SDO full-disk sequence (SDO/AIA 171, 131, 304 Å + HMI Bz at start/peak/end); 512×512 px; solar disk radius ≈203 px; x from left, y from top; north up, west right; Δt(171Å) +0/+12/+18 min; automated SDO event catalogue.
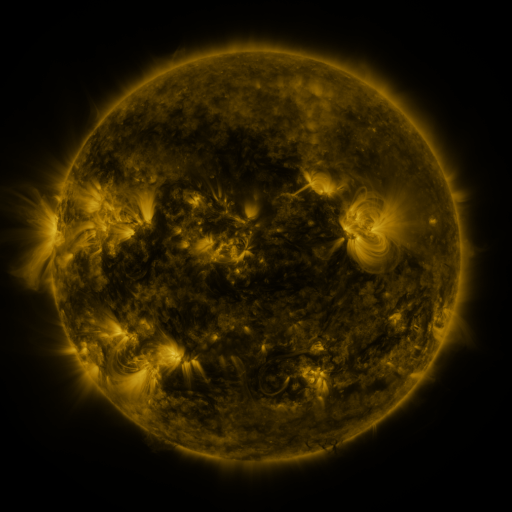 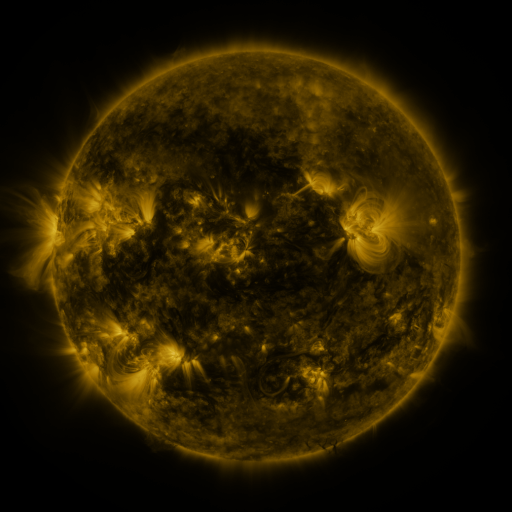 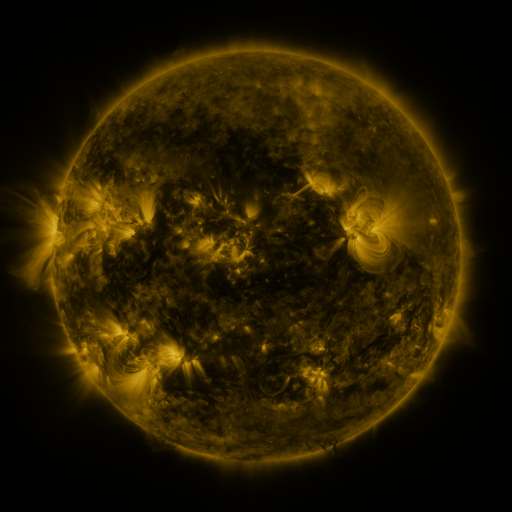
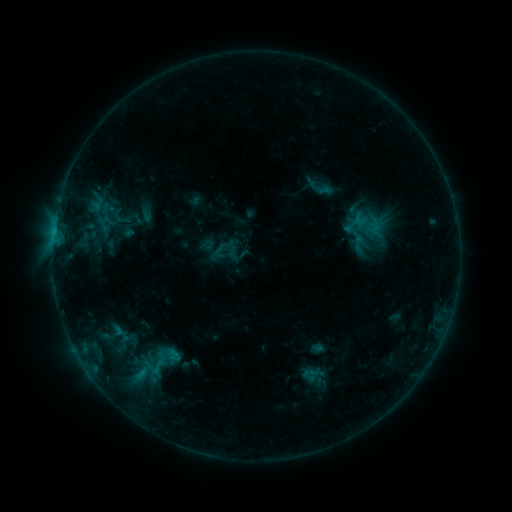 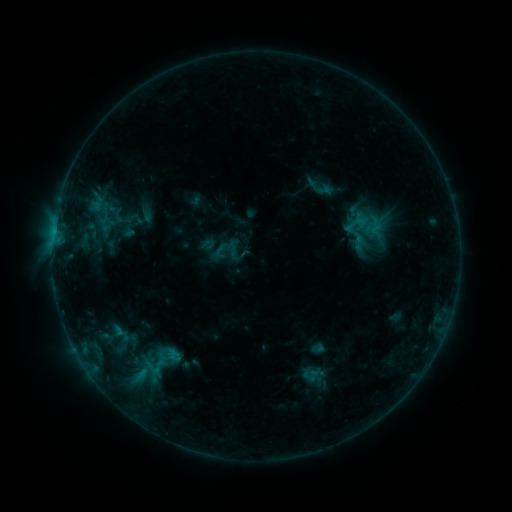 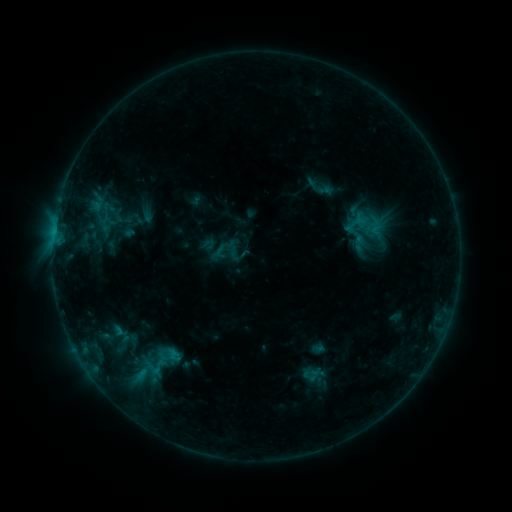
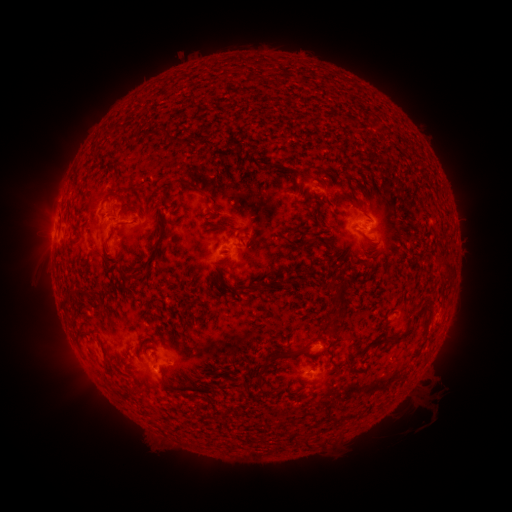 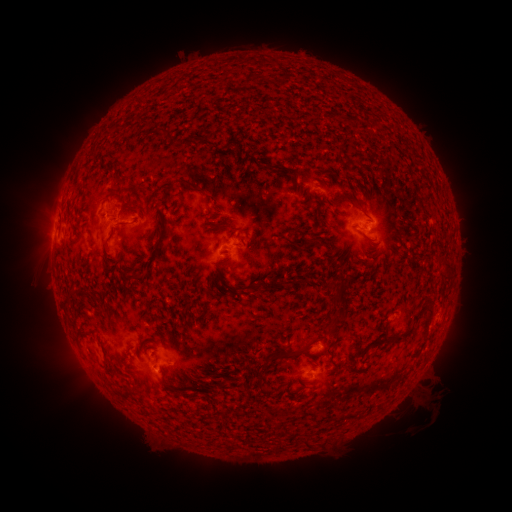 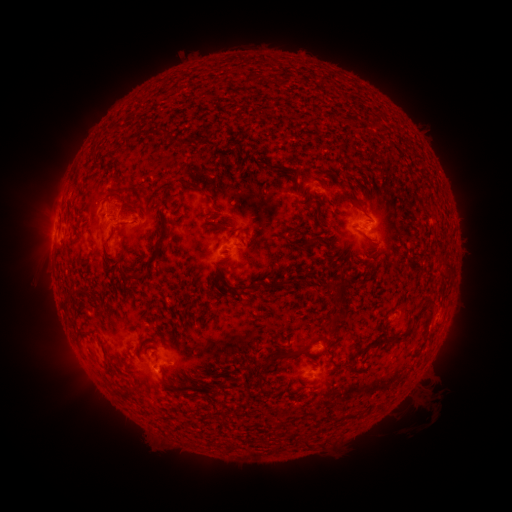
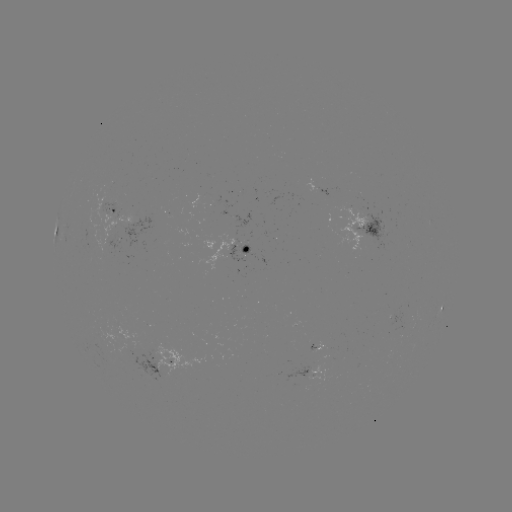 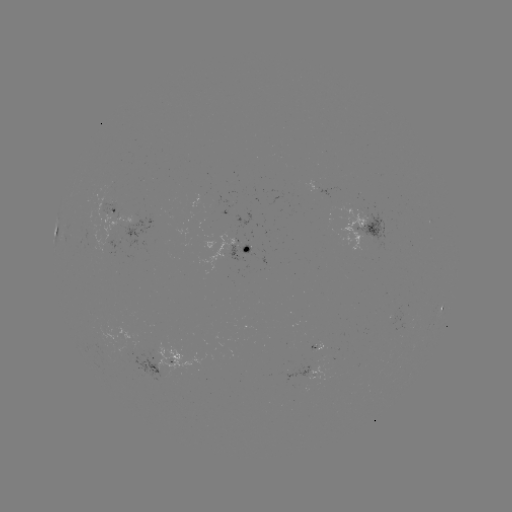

nothing was catalogued: no classed flare, no EUV trigger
